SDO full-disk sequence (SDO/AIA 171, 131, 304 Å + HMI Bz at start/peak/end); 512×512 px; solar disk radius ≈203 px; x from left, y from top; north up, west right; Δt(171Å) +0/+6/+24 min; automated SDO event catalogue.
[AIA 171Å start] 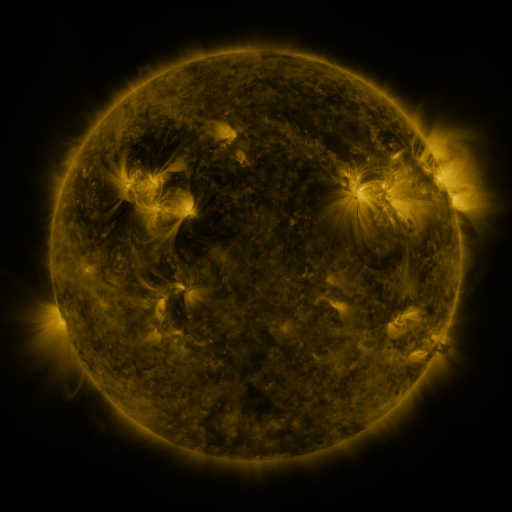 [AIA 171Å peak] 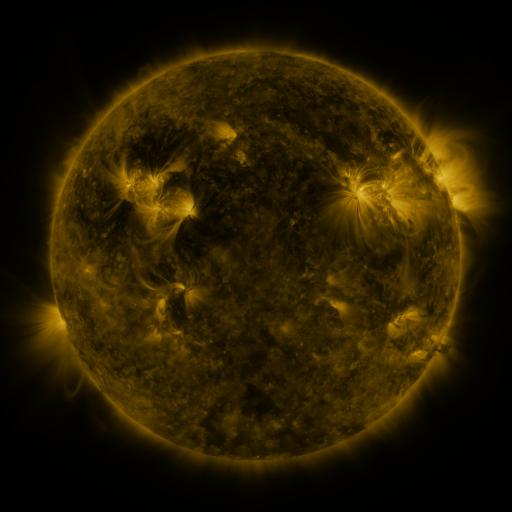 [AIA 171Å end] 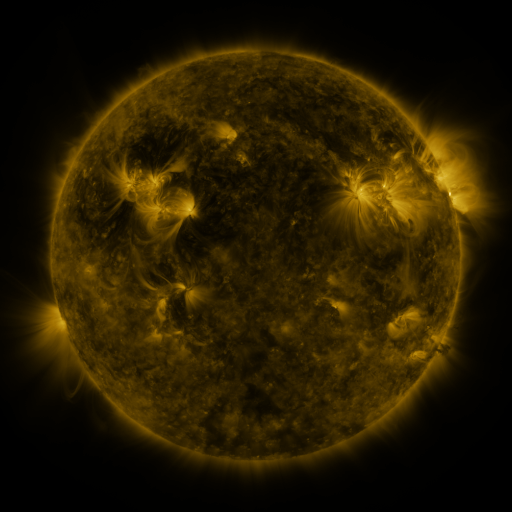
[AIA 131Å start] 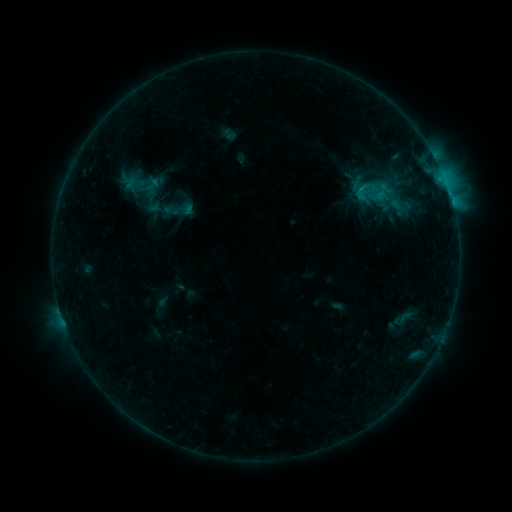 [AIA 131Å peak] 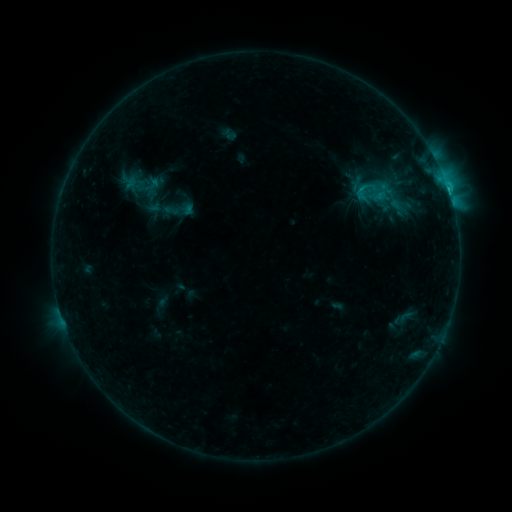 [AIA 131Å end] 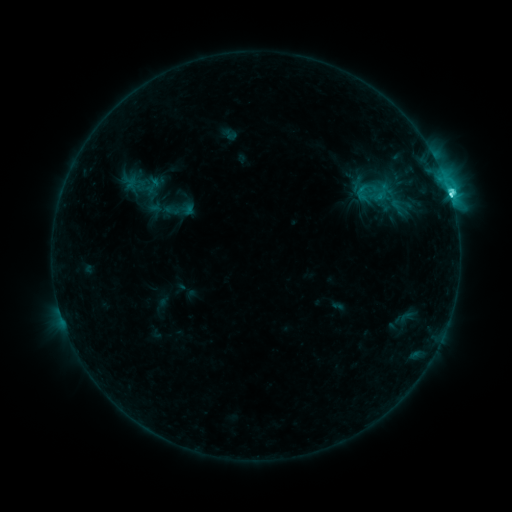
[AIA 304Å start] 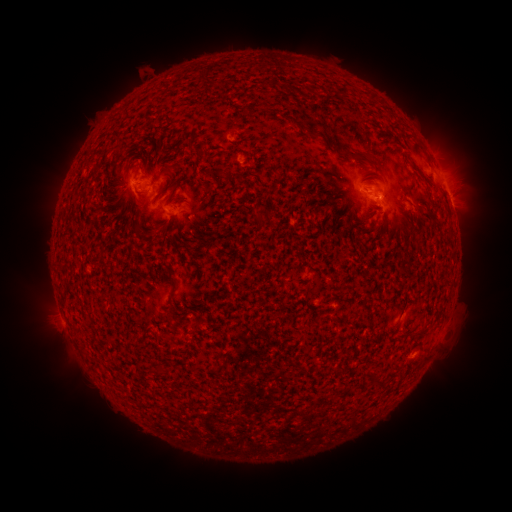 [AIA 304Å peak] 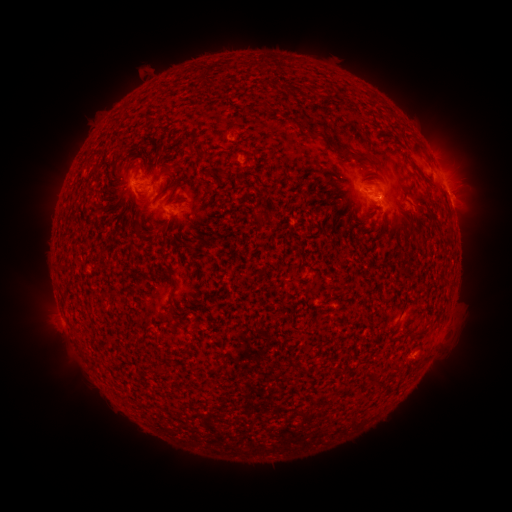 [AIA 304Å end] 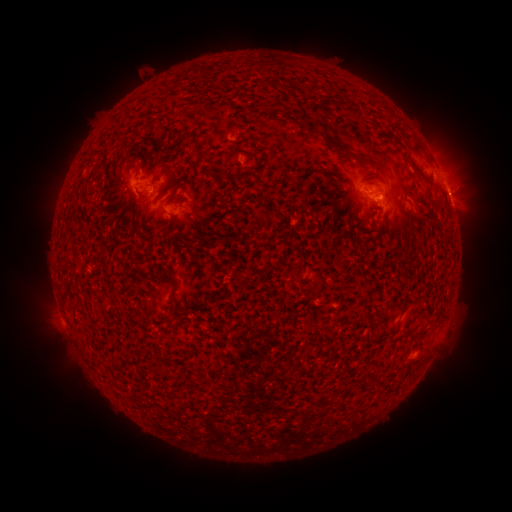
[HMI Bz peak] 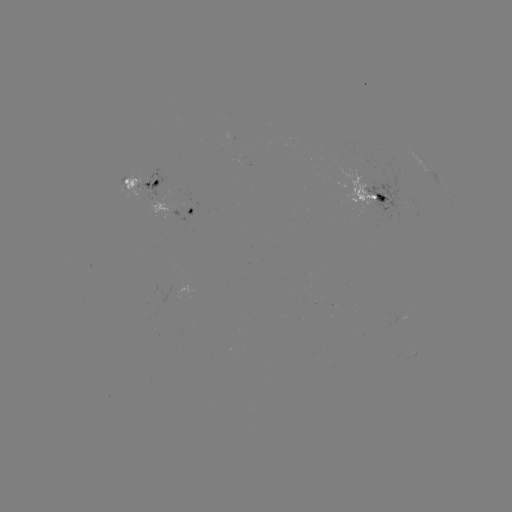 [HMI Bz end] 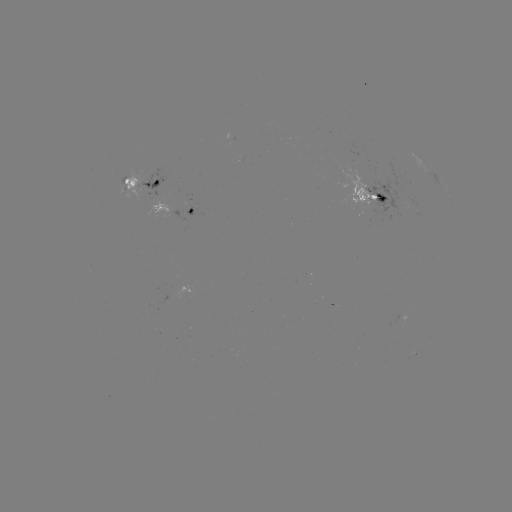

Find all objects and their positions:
C3.7 flare: (447, 189)
